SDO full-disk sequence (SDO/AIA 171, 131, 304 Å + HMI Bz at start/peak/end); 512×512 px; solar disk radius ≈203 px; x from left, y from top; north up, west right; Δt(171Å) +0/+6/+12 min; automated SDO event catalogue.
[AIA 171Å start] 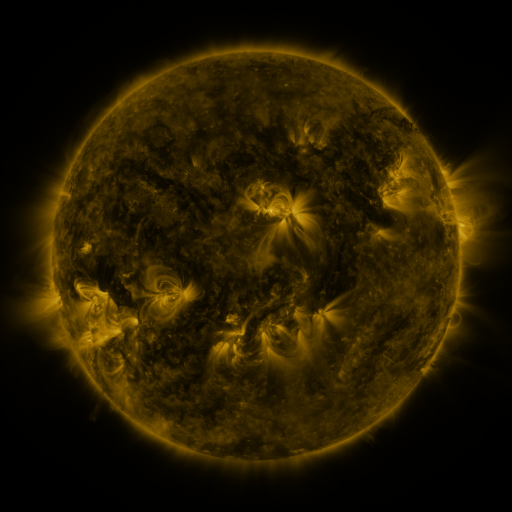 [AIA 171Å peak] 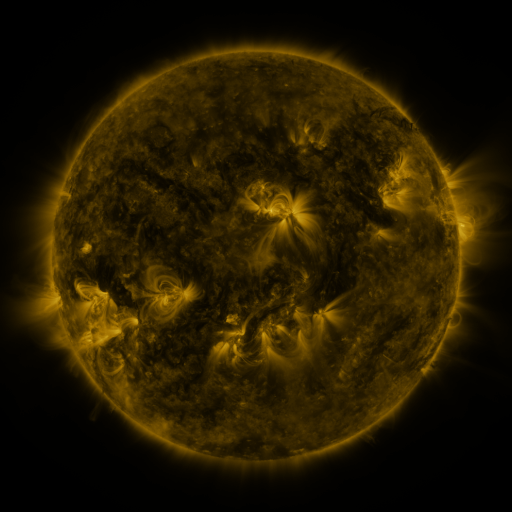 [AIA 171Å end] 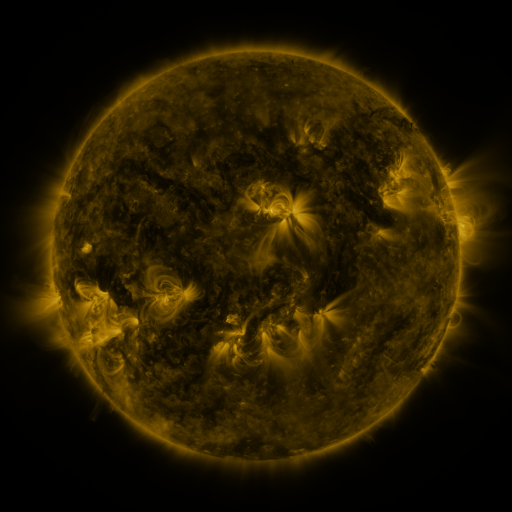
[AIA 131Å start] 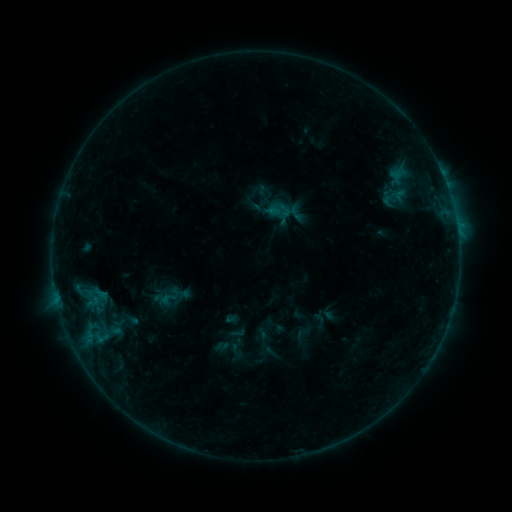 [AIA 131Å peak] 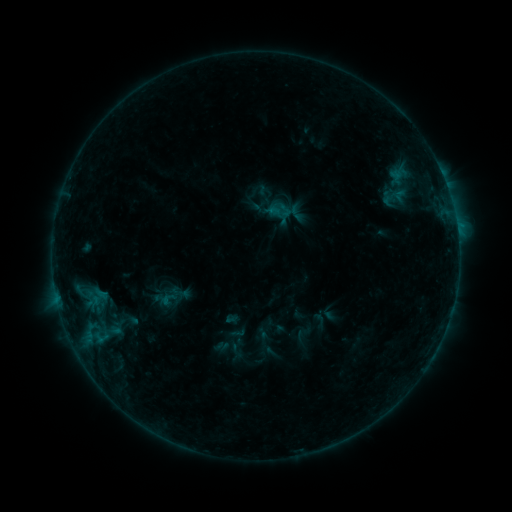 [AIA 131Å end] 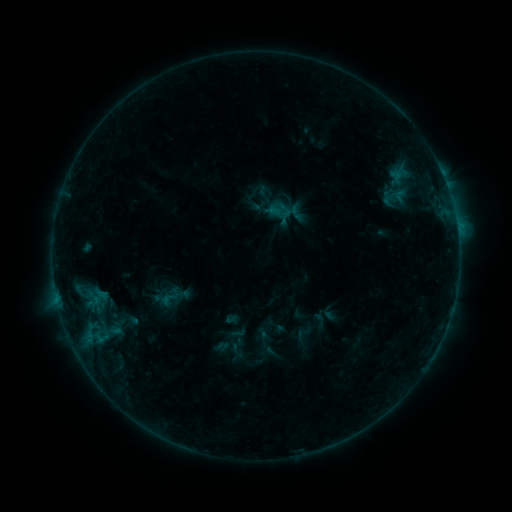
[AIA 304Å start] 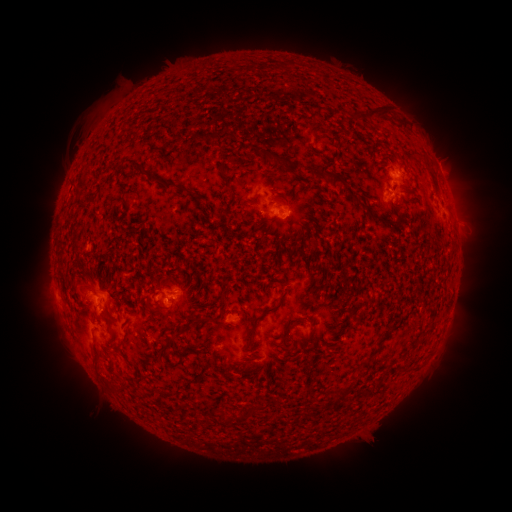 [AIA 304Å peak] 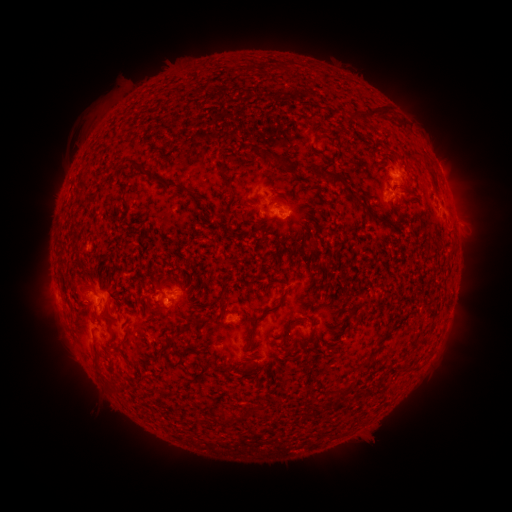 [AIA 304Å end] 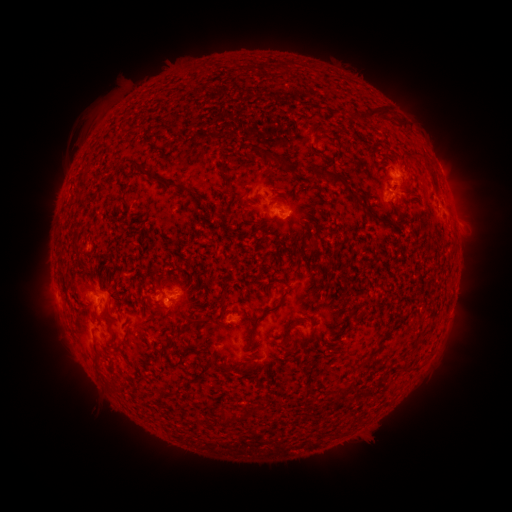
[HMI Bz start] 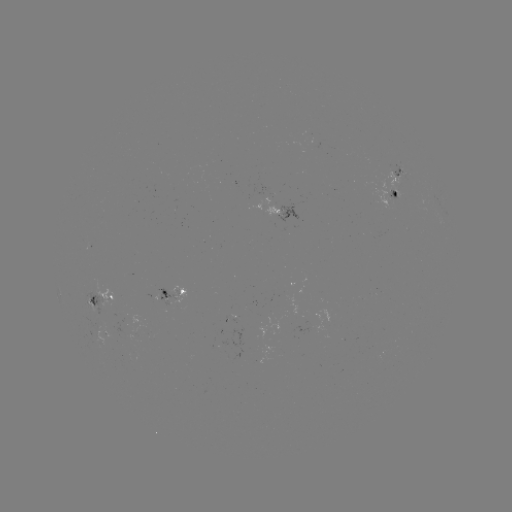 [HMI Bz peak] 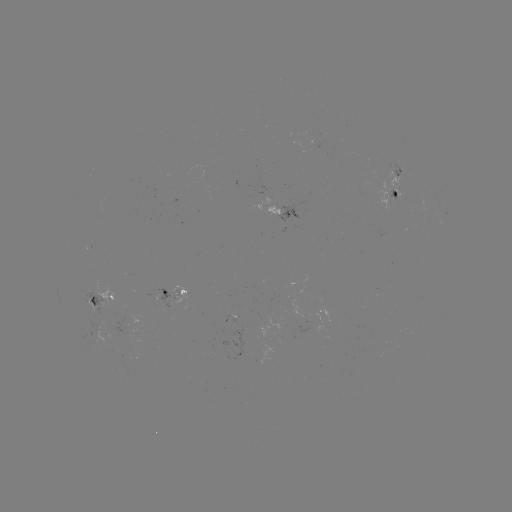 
nothing was catalogued: no classed flare, no EUV trigger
